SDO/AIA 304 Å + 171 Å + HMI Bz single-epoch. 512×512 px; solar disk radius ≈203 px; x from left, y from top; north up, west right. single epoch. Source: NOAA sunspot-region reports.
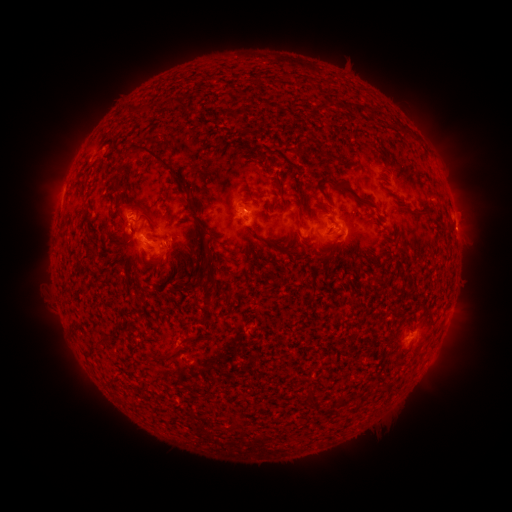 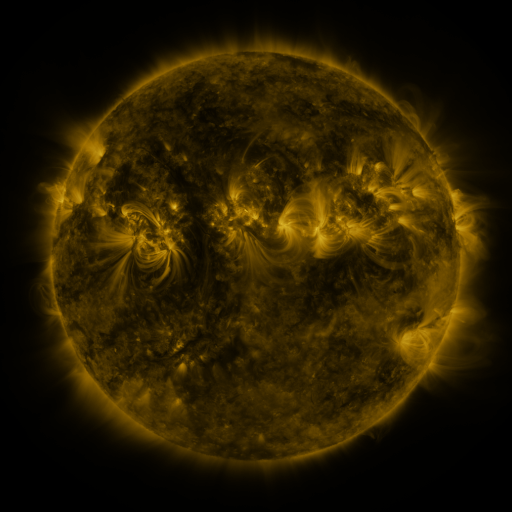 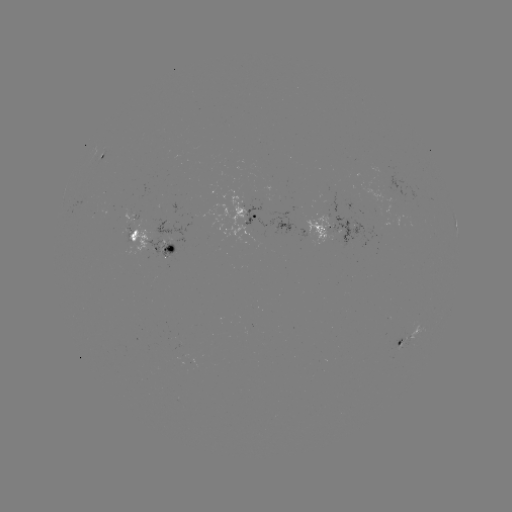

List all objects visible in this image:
spotted active region: (101, 158)
spotted active region: (245, 220)
spotted active region: (343, 229)
spotted active region: (456, 229)
spotted active region: (151, 242)
spotted active region: (409, 338)
